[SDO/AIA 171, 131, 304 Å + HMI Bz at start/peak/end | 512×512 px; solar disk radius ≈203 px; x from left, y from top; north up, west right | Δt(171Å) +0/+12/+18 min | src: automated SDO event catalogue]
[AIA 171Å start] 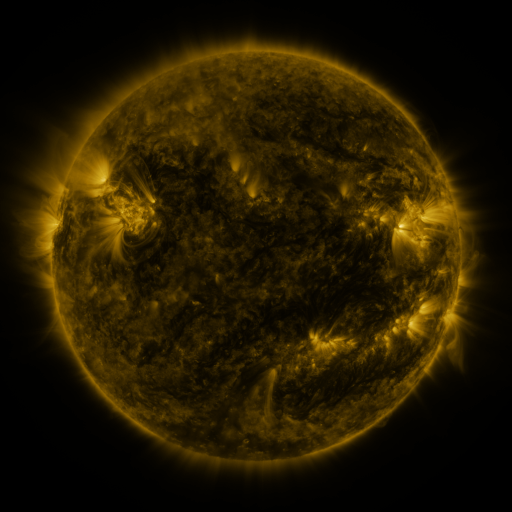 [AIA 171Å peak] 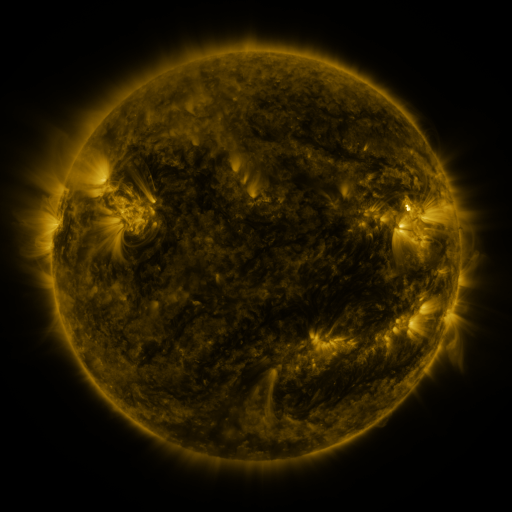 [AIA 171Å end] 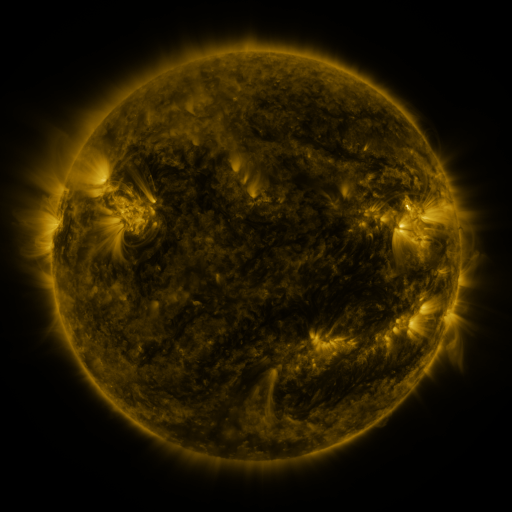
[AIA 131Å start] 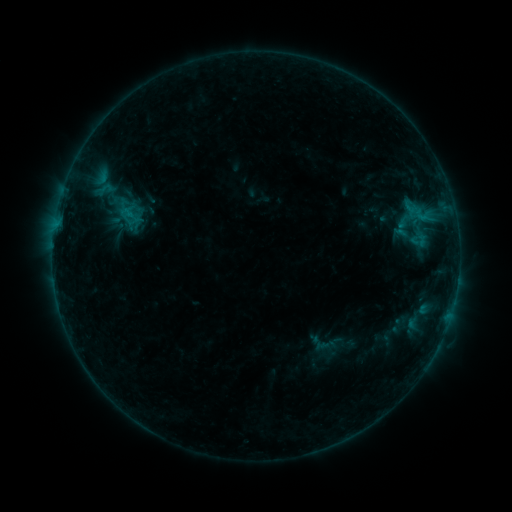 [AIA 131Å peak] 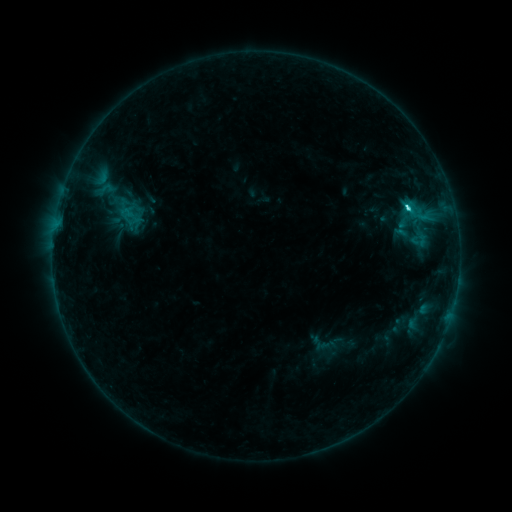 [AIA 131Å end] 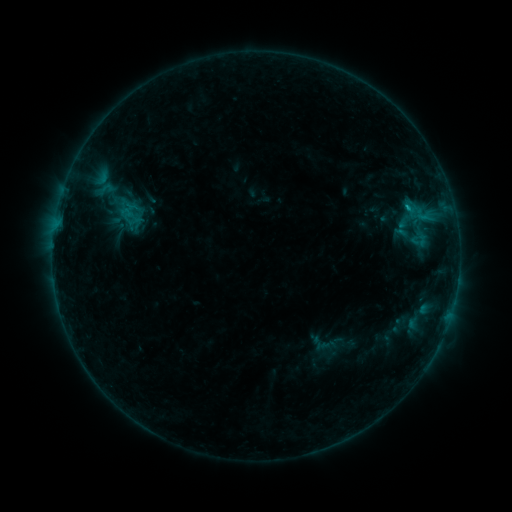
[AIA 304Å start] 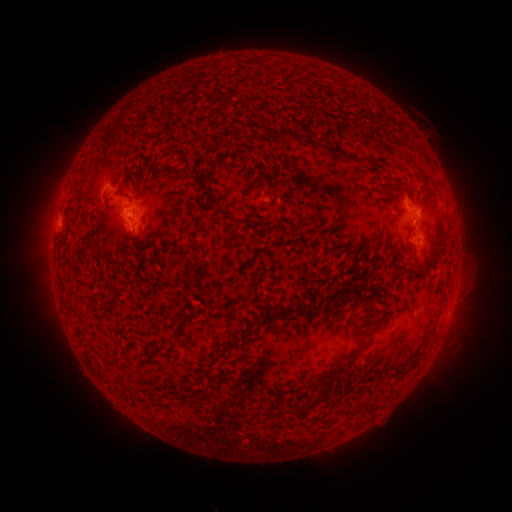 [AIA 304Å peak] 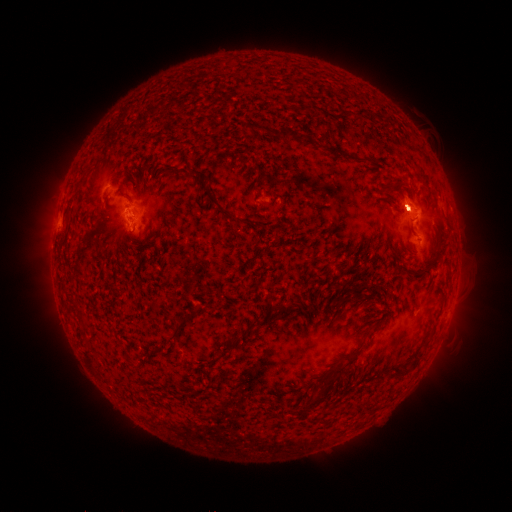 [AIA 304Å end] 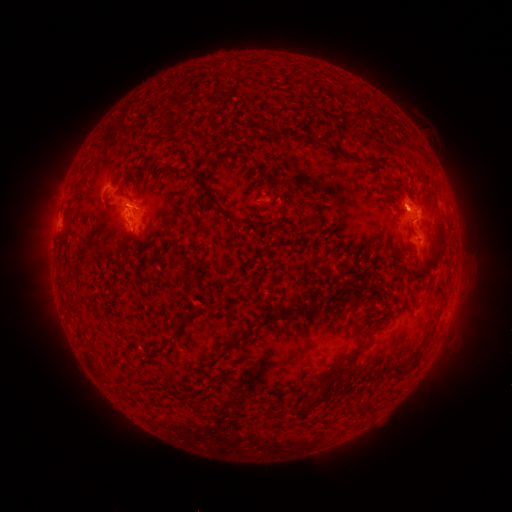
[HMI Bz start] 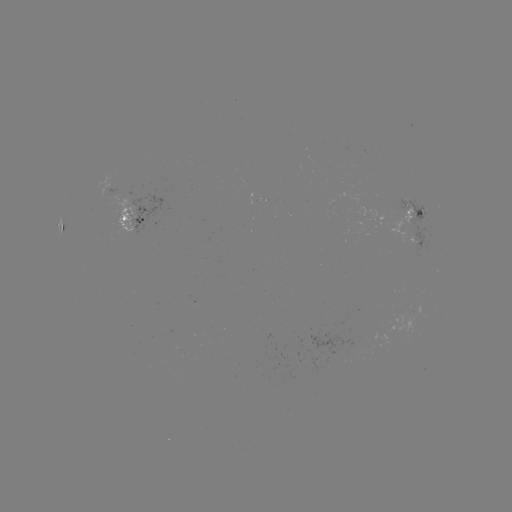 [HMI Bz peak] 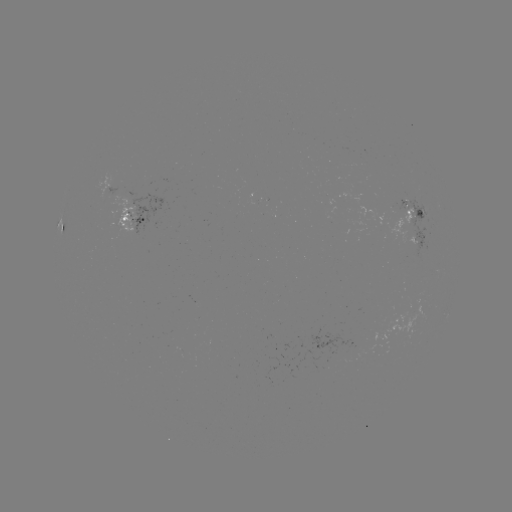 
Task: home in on C2.6 flare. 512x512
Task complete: (407, 211).